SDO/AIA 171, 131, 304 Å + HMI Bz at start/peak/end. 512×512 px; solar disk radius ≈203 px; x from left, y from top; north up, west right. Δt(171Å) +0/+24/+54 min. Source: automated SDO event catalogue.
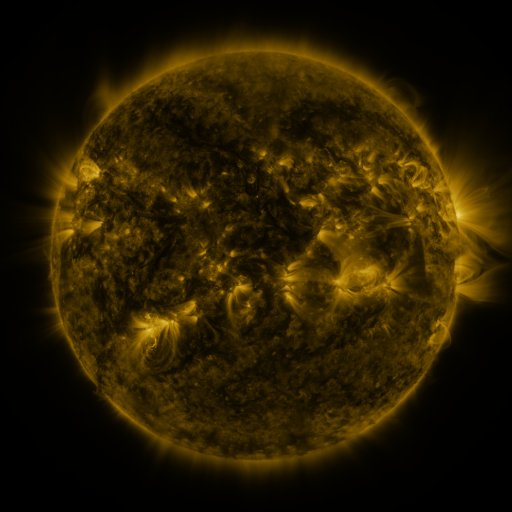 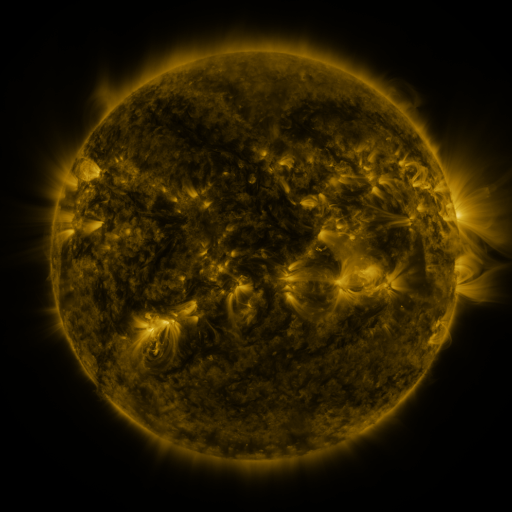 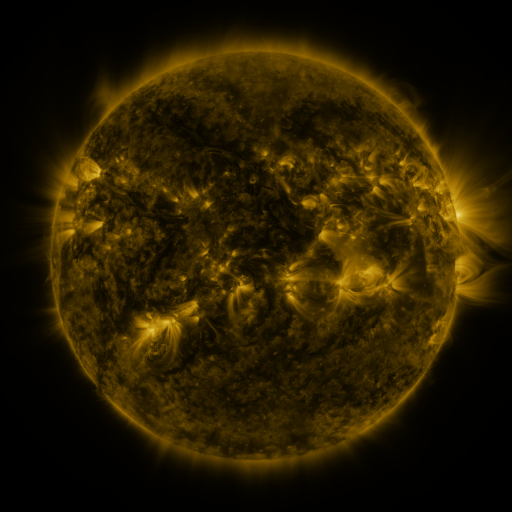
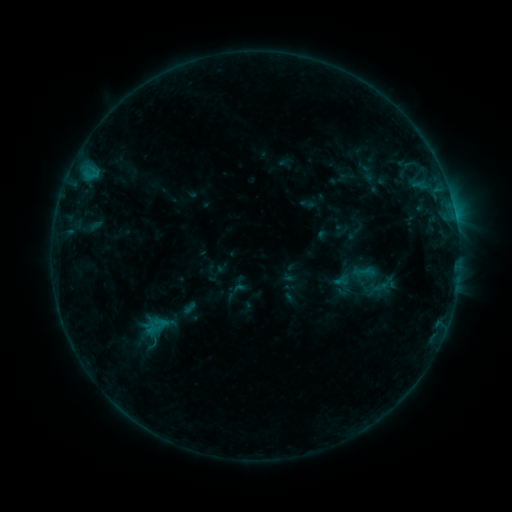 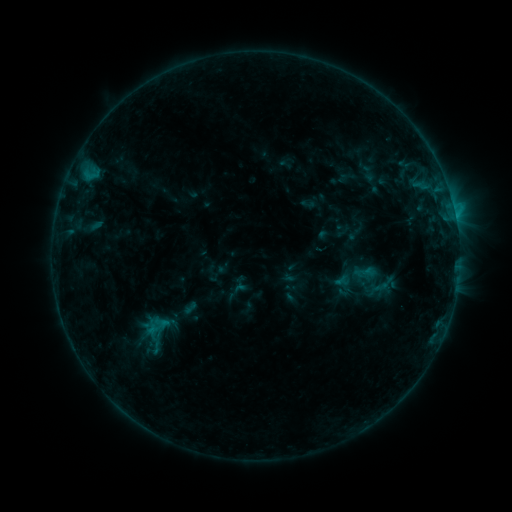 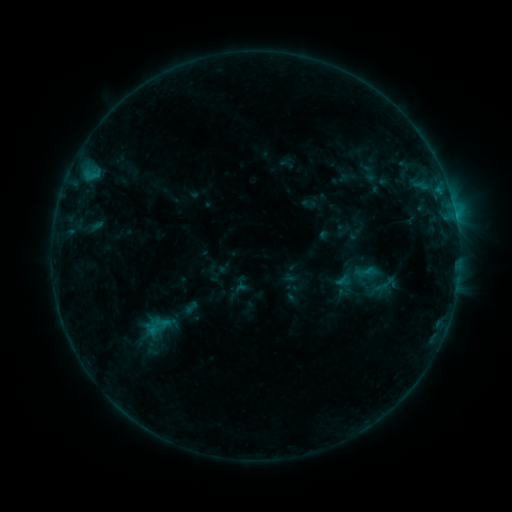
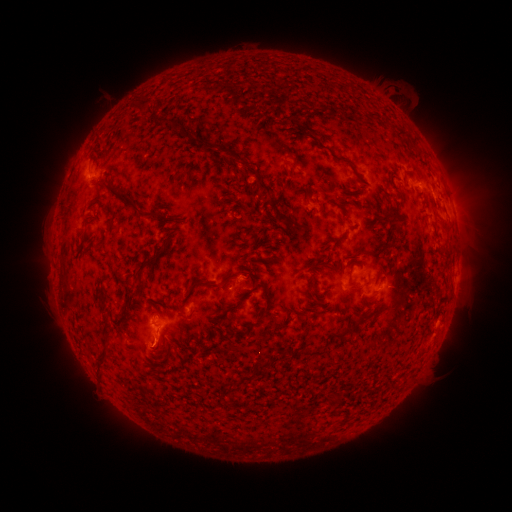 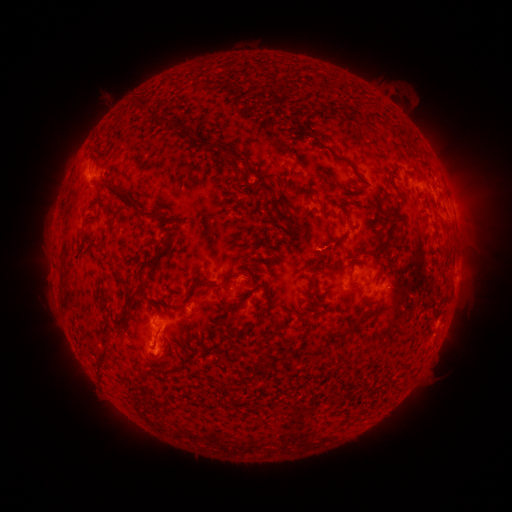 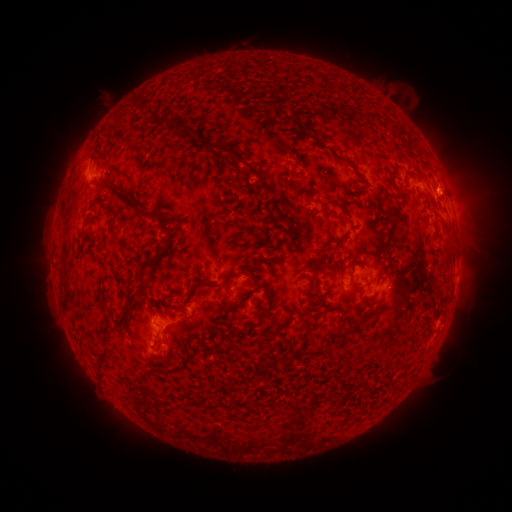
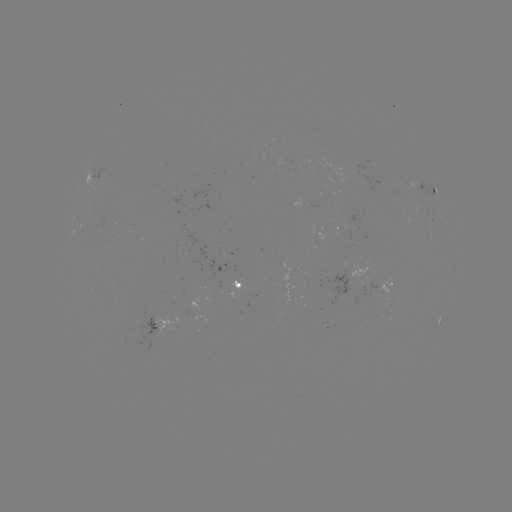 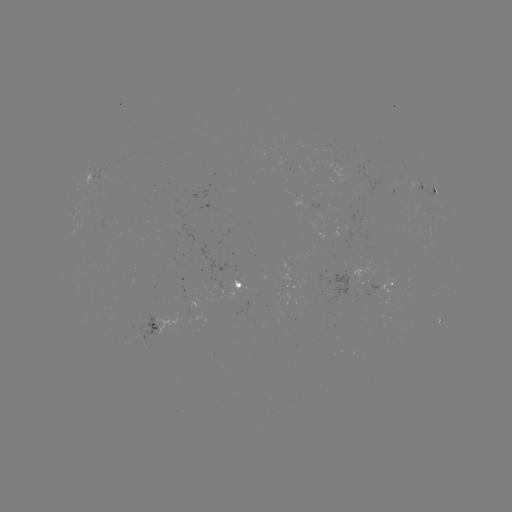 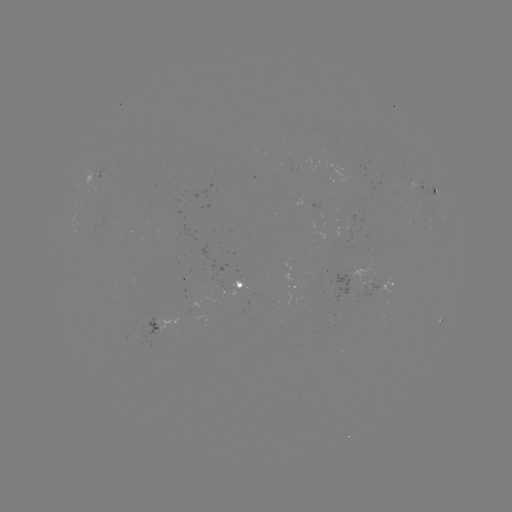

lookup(B7.2 flare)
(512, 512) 156,348